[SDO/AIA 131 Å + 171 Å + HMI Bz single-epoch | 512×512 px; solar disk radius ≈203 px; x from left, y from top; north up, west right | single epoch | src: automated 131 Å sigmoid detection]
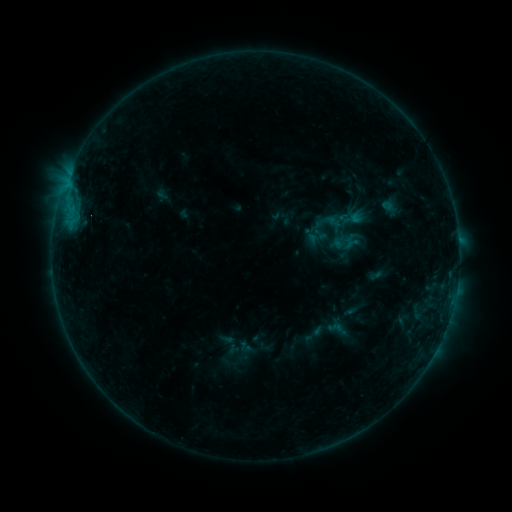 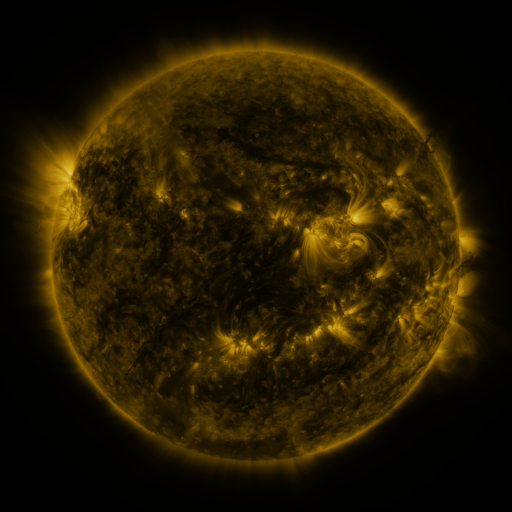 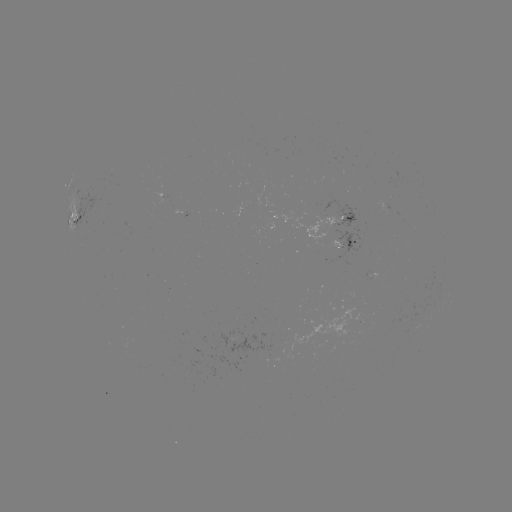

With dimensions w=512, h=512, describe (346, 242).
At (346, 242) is sigmoid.